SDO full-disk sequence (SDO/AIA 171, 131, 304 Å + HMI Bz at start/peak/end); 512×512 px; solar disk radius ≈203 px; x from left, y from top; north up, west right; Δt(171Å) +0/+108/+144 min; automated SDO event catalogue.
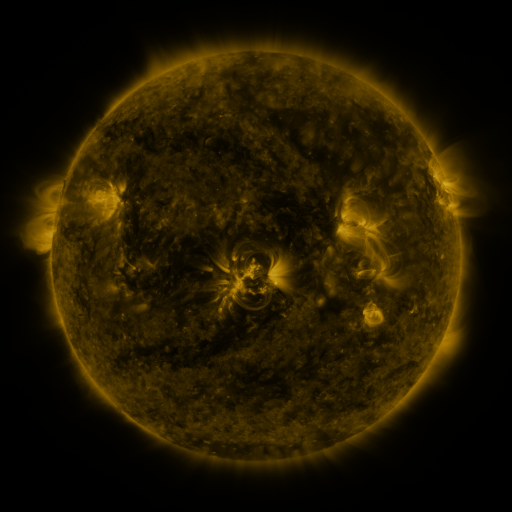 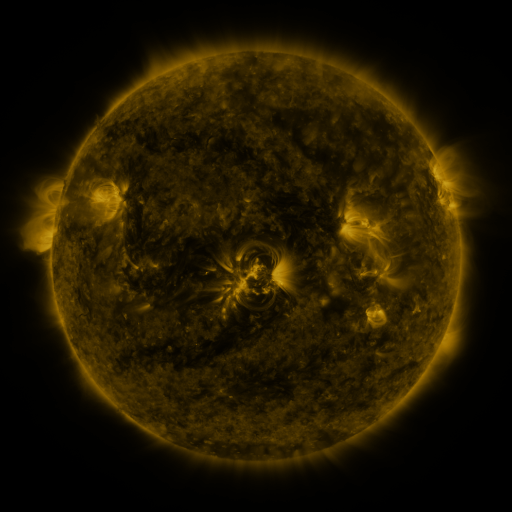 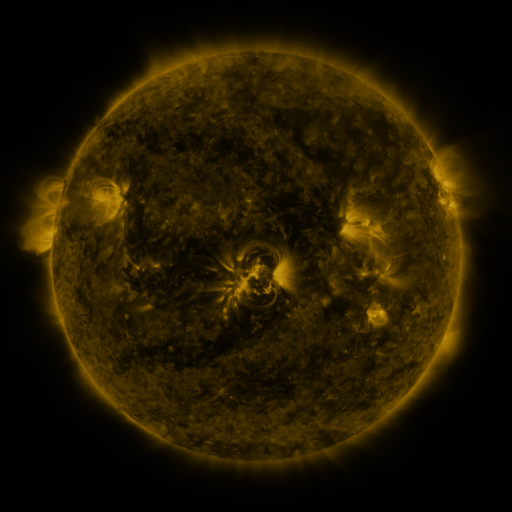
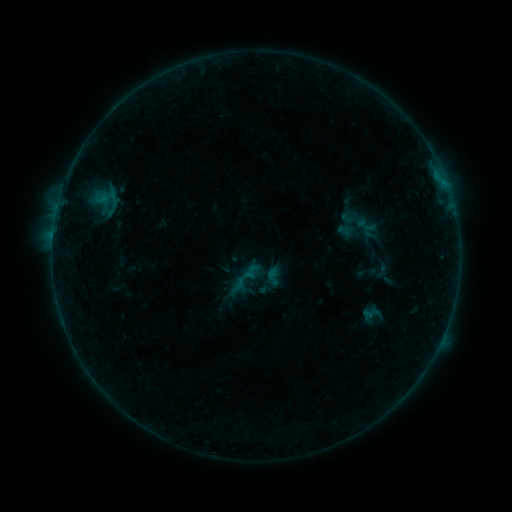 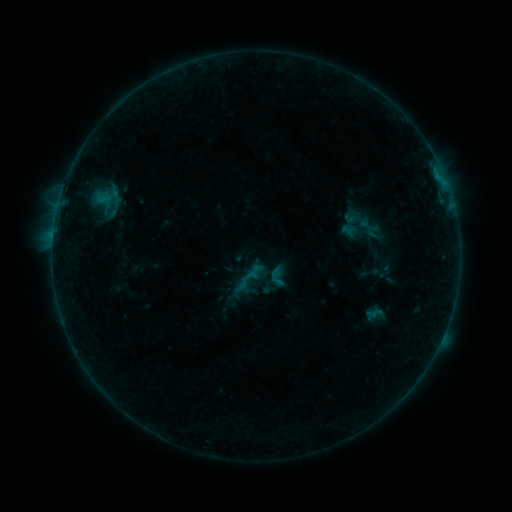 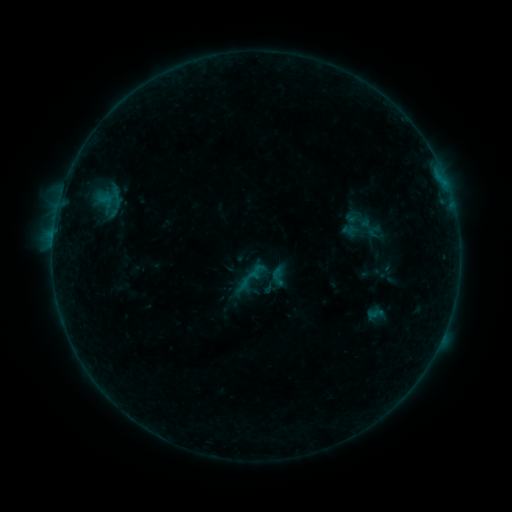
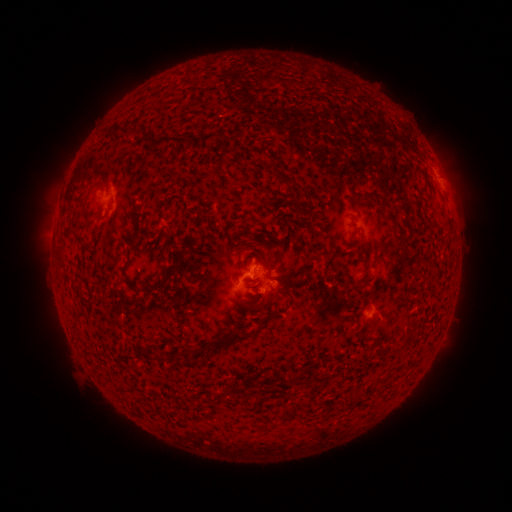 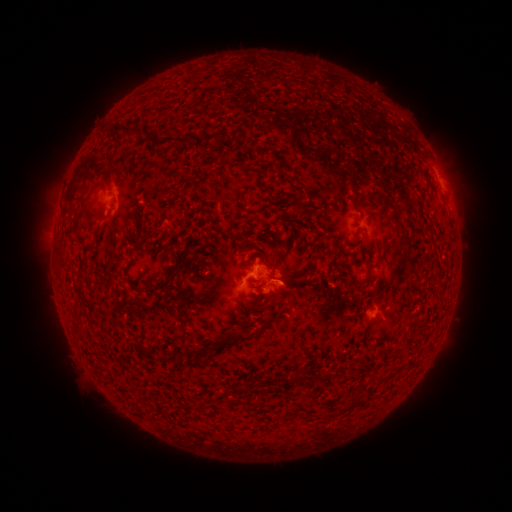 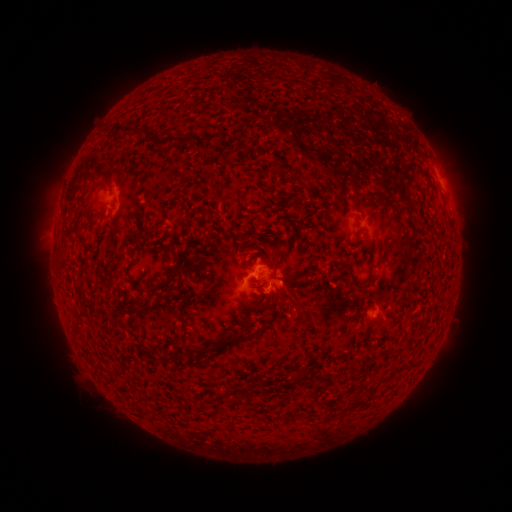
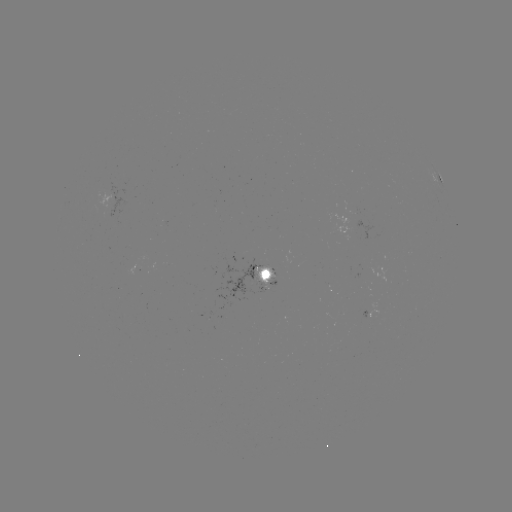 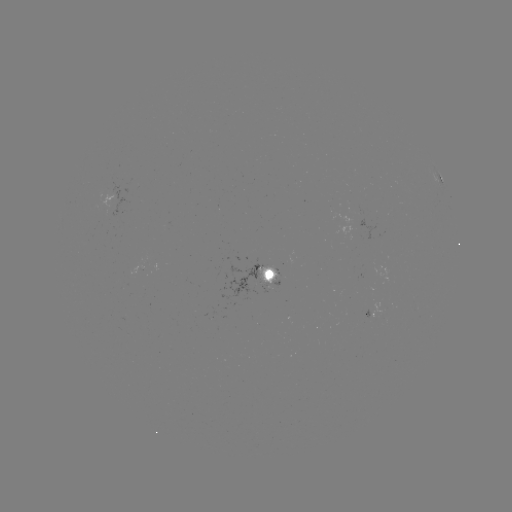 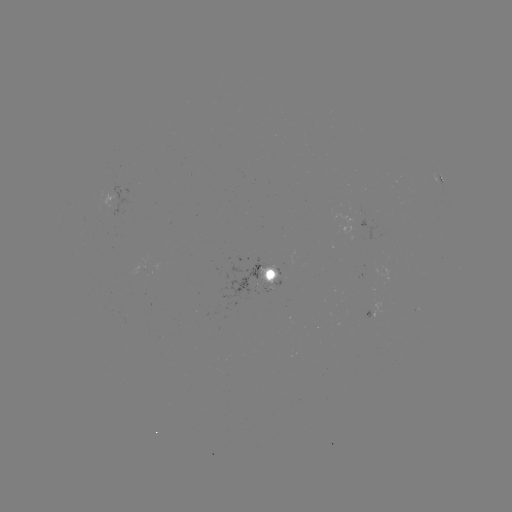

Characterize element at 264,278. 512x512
emerging-flux region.